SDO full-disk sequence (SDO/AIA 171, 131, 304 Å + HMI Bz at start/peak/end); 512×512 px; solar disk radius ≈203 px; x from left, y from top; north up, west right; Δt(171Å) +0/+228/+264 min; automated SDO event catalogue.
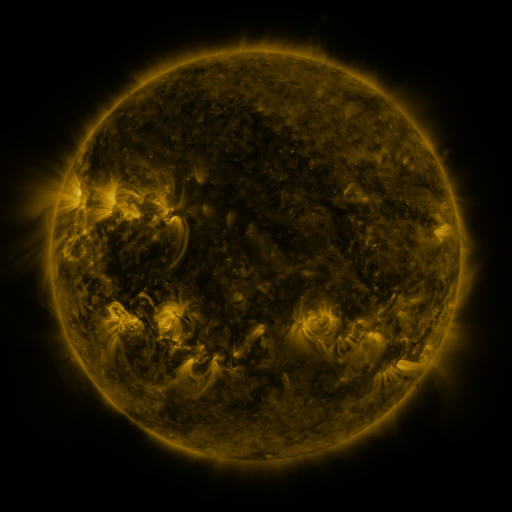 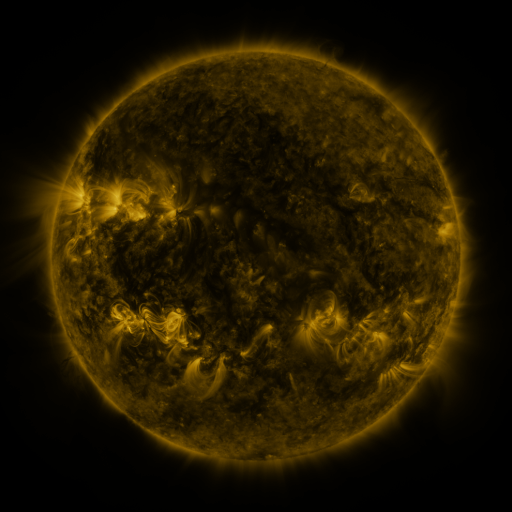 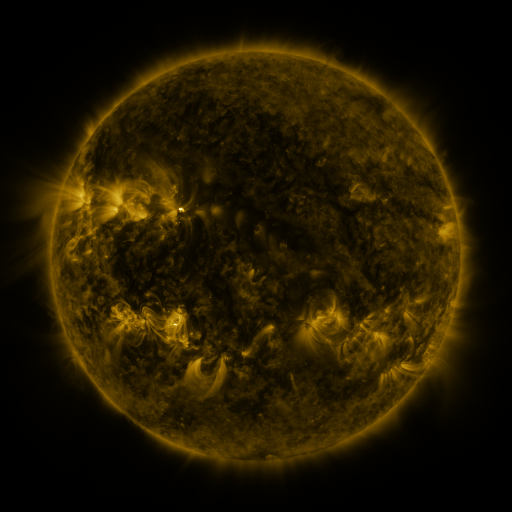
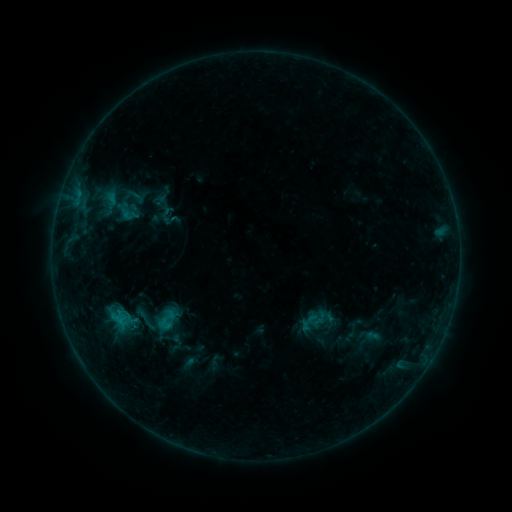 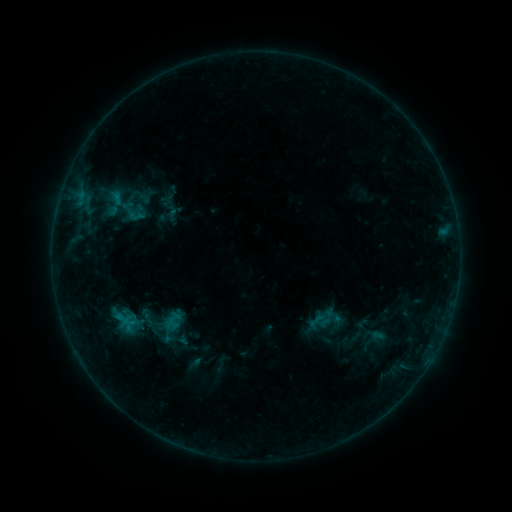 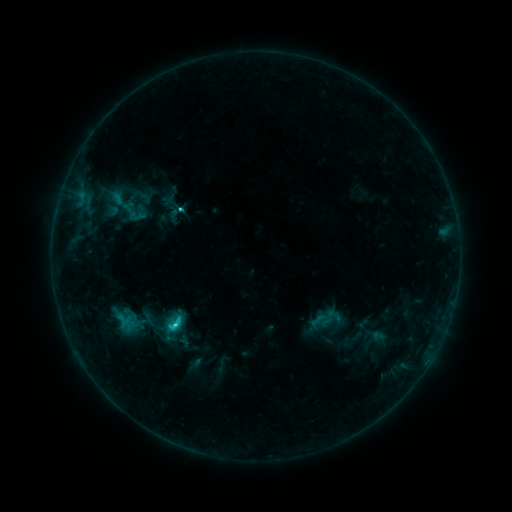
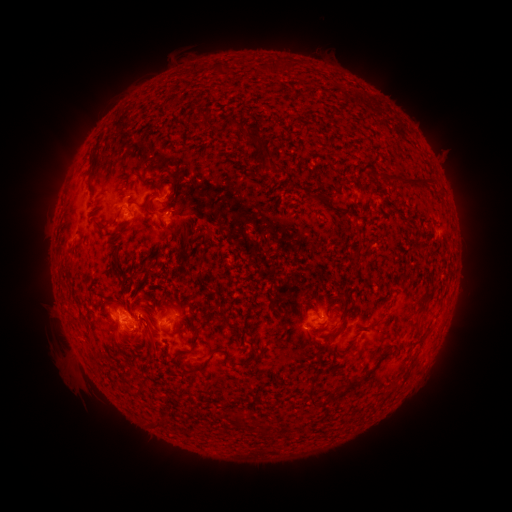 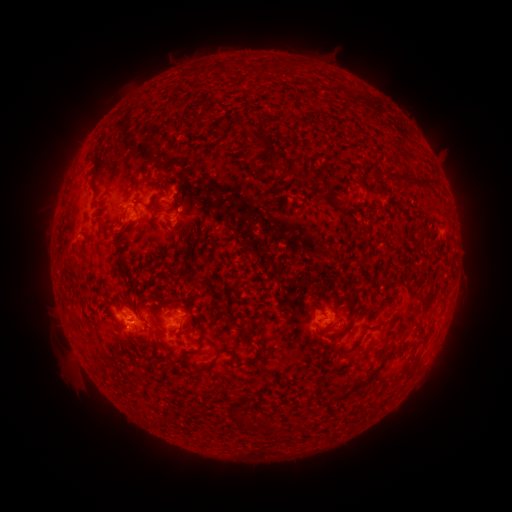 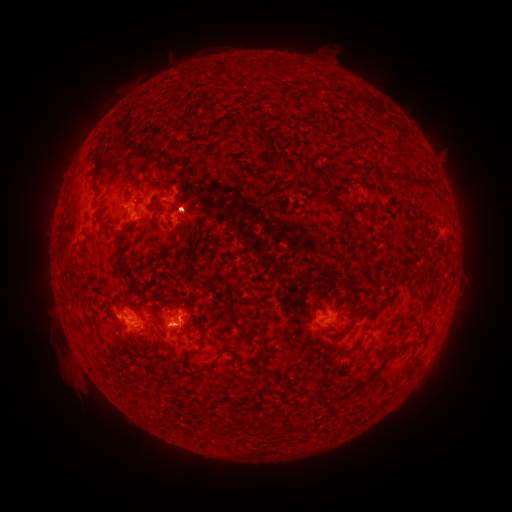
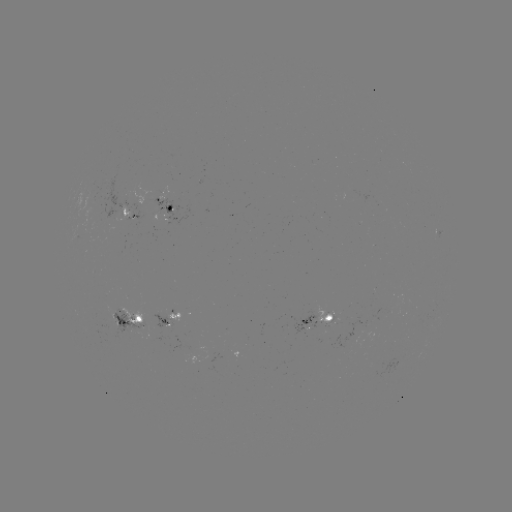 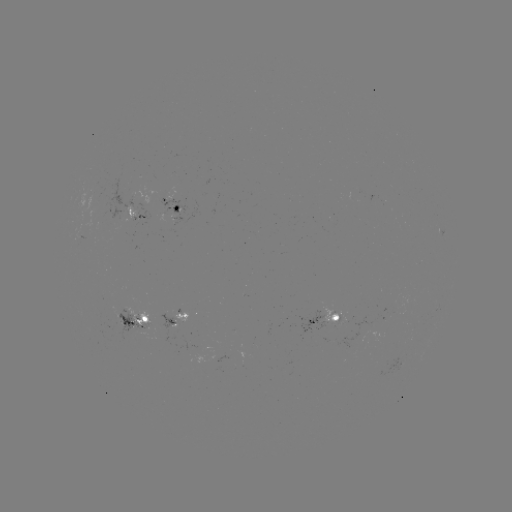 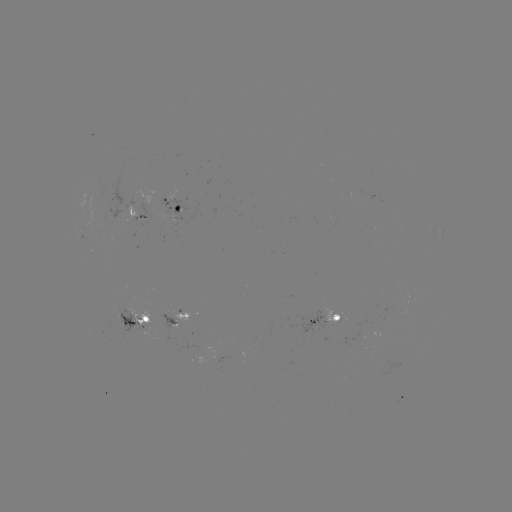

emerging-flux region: [84, 183, 104, 226]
